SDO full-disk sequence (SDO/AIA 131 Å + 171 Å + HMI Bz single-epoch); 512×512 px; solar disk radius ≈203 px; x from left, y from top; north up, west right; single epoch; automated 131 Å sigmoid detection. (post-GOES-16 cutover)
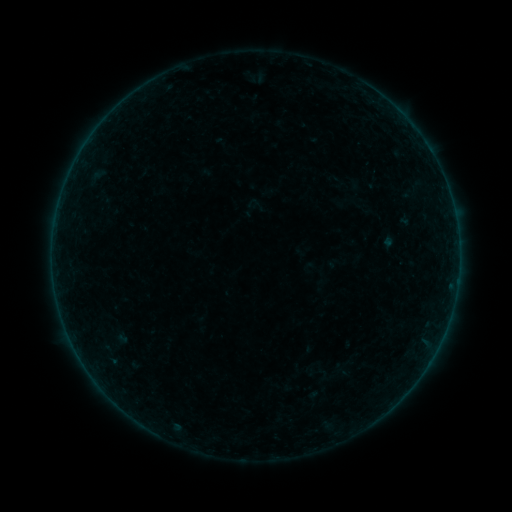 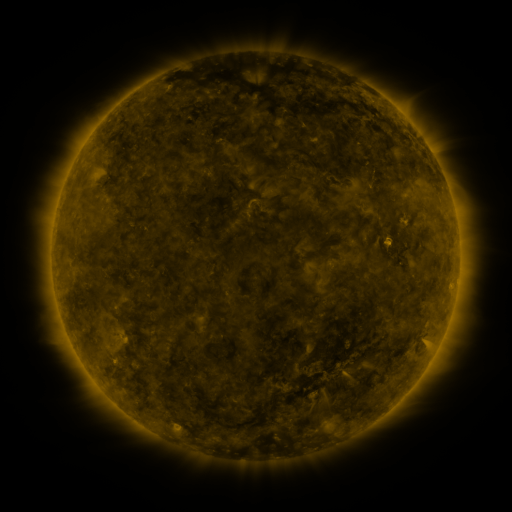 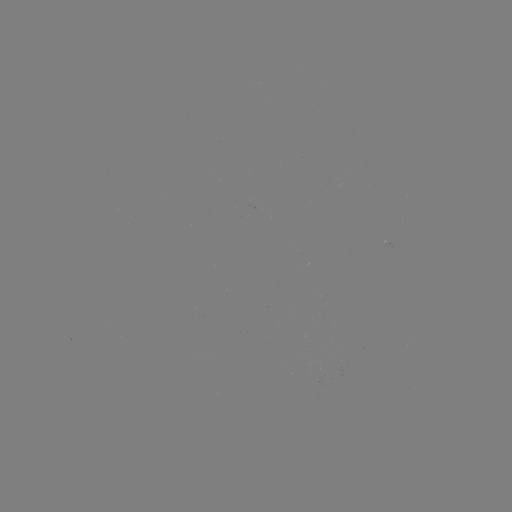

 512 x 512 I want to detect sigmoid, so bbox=[245, 195, 266, 216].